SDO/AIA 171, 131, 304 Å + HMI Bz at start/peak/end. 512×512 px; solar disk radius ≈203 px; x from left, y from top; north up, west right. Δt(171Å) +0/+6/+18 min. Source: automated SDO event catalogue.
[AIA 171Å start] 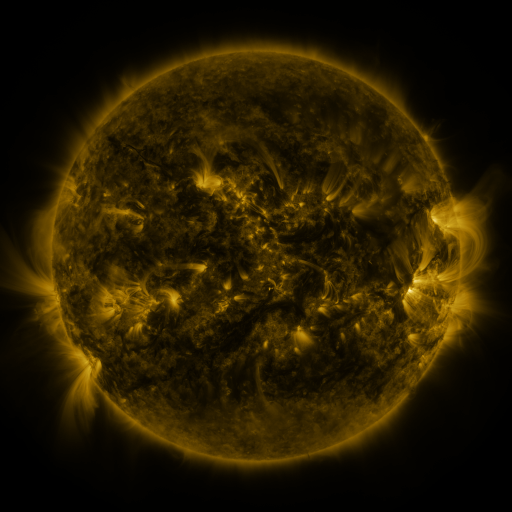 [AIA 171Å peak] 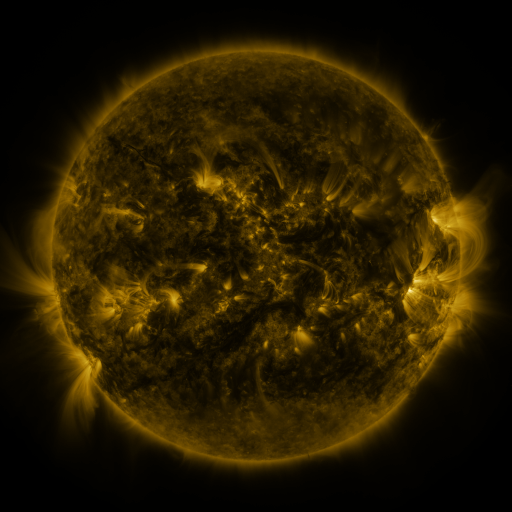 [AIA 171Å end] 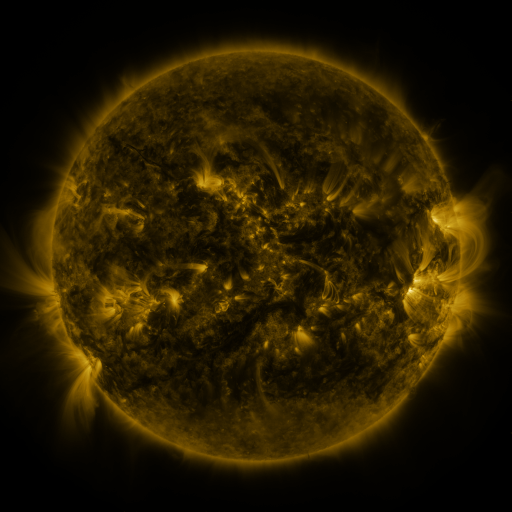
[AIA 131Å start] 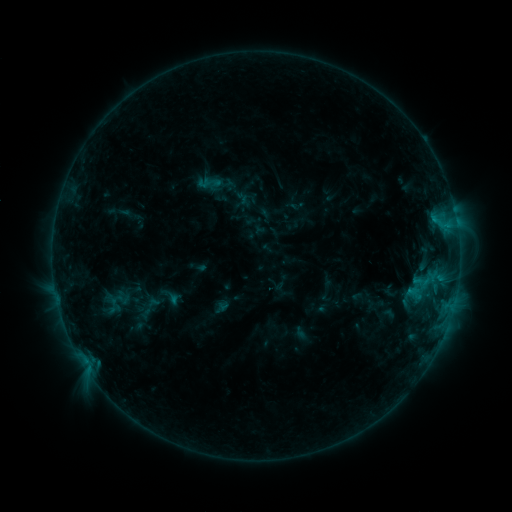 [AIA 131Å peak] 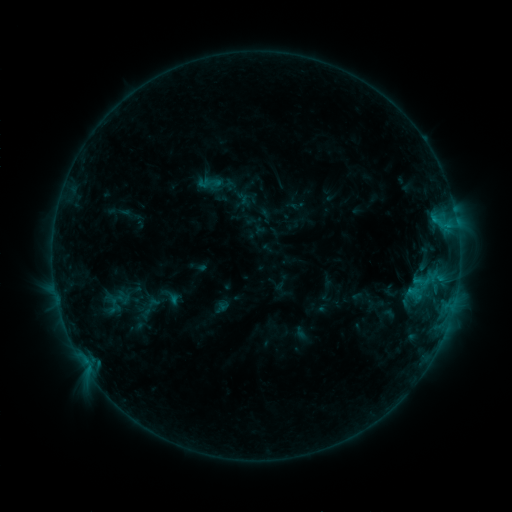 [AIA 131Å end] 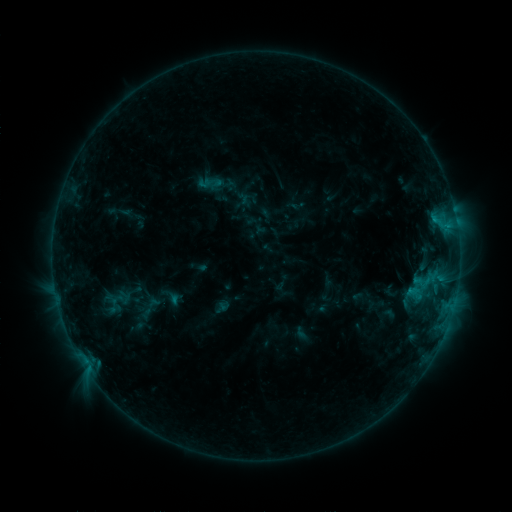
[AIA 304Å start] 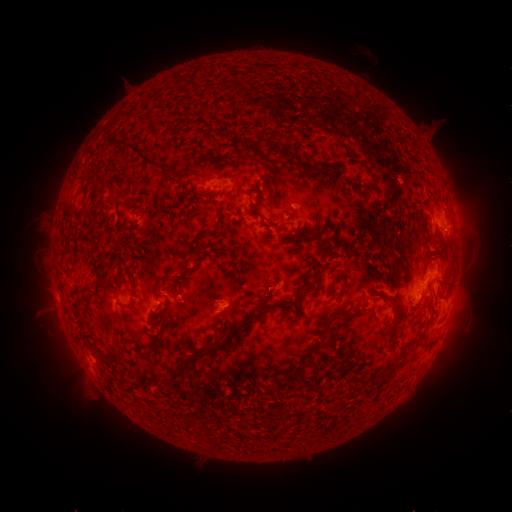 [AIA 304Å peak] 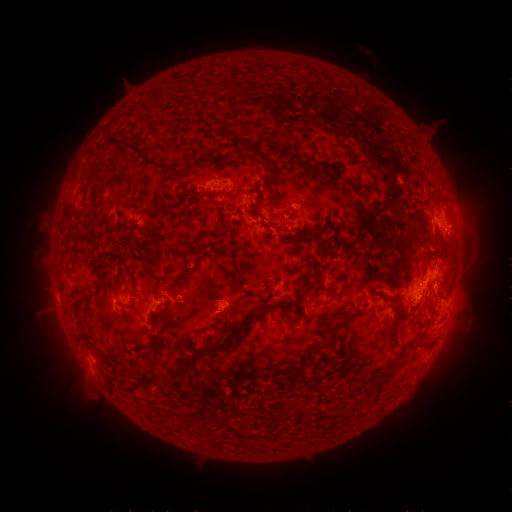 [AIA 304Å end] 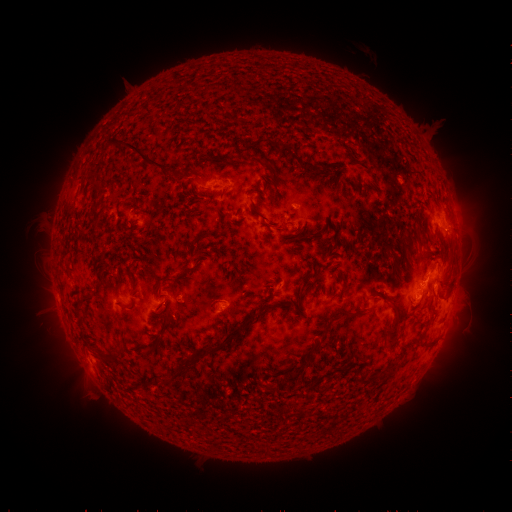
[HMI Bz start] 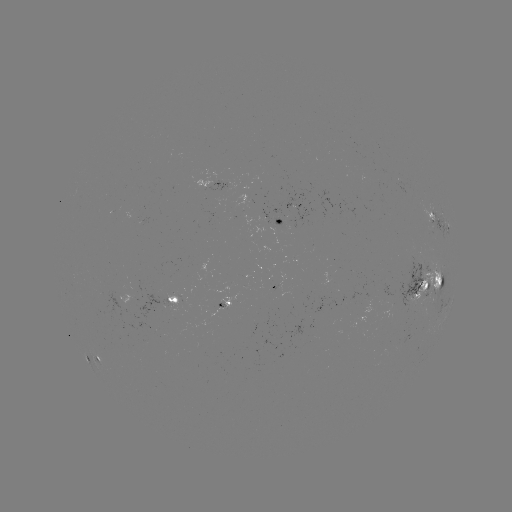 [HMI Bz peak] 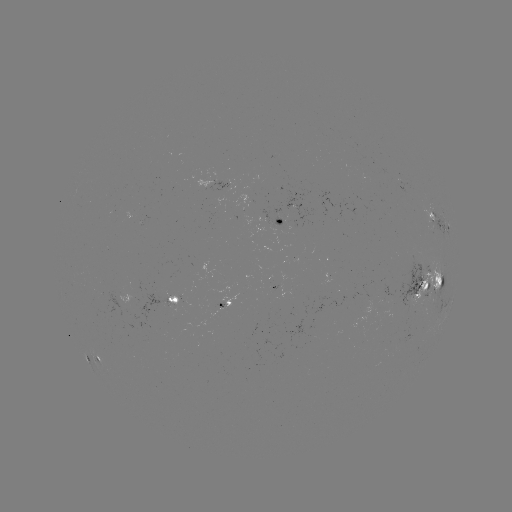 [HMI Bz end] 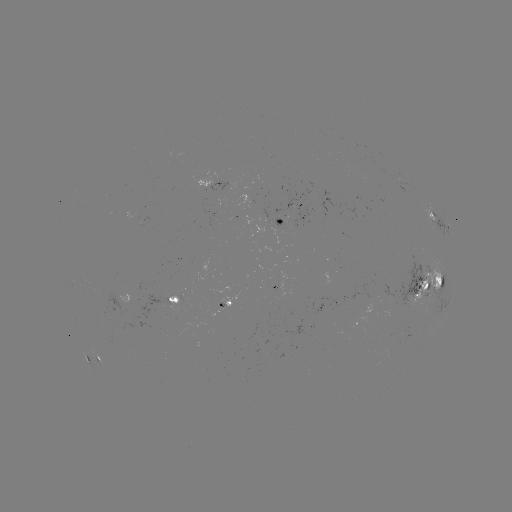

no catalogued flare and no flagged EUV brightening in this window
